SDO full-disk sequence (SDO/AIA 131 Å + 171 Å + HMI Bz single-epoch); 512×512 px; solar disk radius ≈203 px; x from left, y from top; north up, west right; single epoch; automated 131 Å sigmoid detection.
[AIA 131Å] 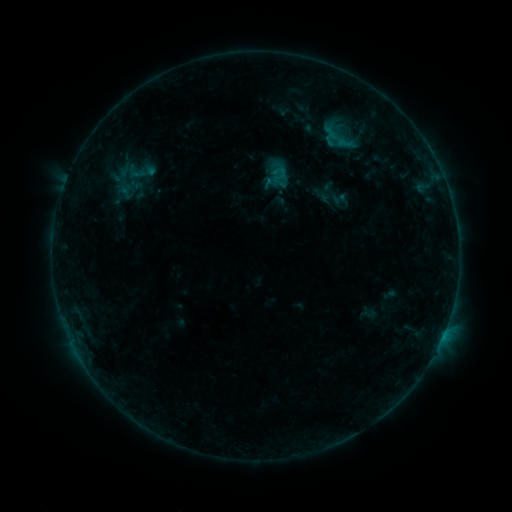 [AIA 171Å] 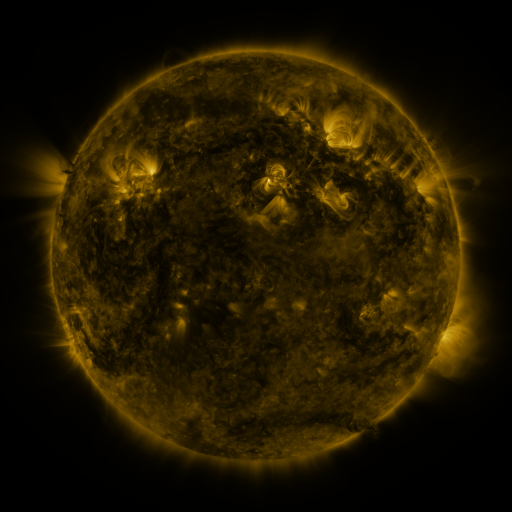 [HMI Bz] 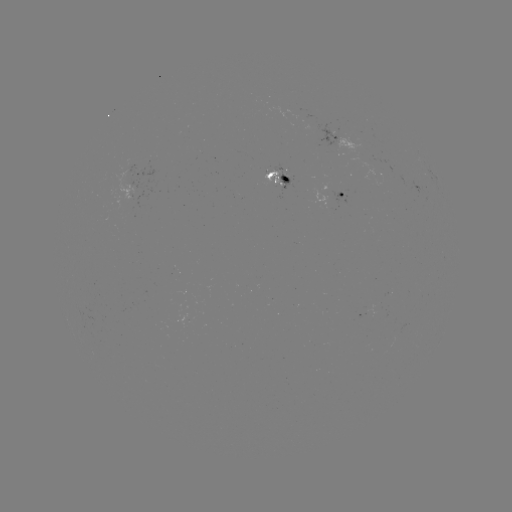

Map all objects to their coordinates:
sigmoid: (337, 138)
sigmoid: (332, 194)
